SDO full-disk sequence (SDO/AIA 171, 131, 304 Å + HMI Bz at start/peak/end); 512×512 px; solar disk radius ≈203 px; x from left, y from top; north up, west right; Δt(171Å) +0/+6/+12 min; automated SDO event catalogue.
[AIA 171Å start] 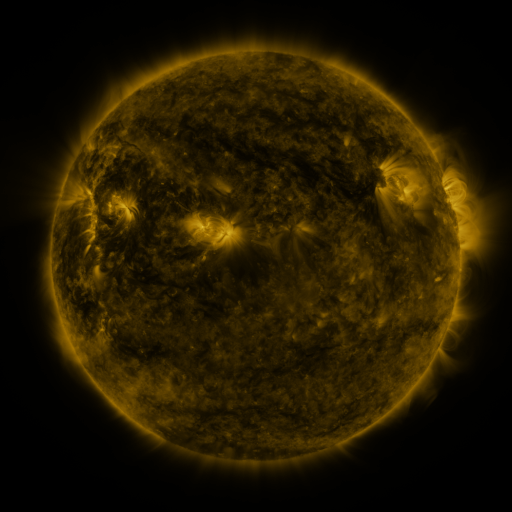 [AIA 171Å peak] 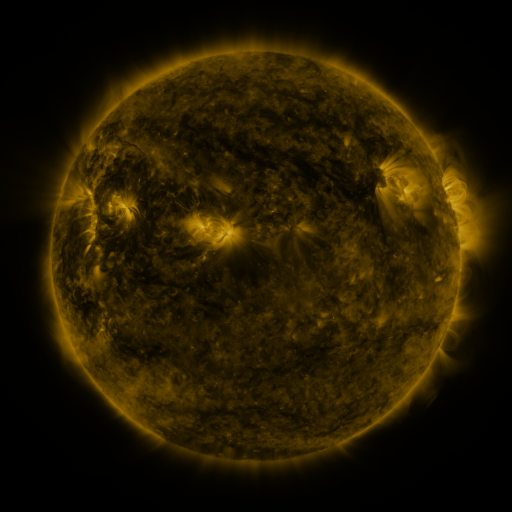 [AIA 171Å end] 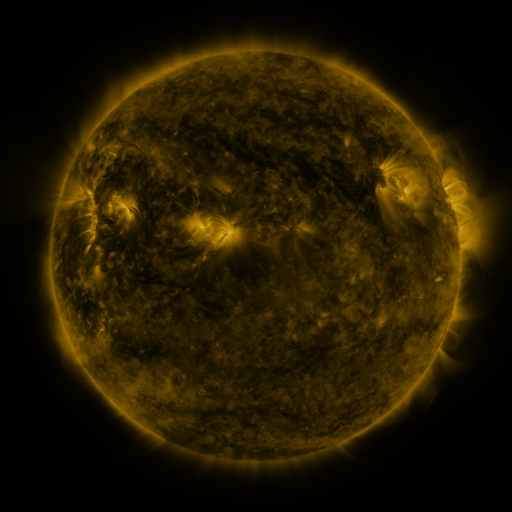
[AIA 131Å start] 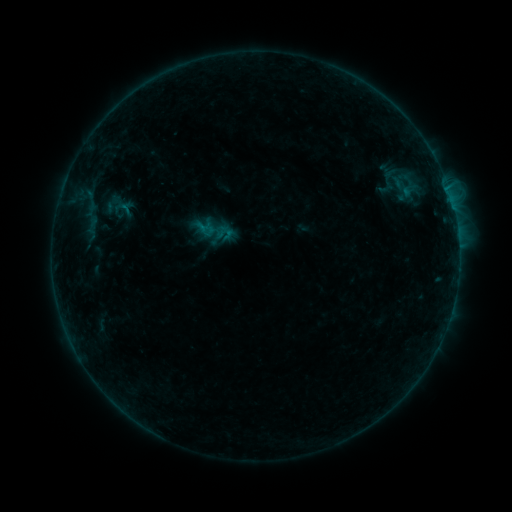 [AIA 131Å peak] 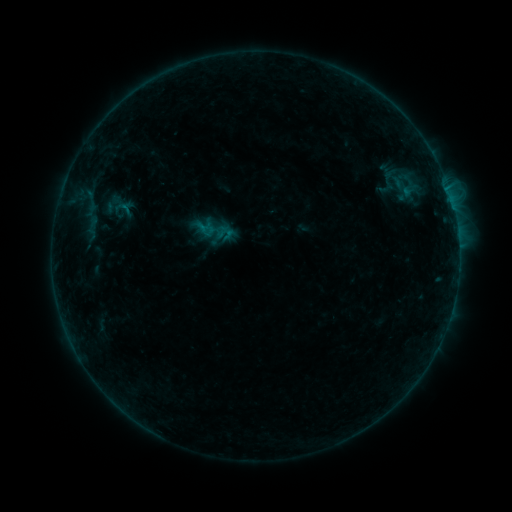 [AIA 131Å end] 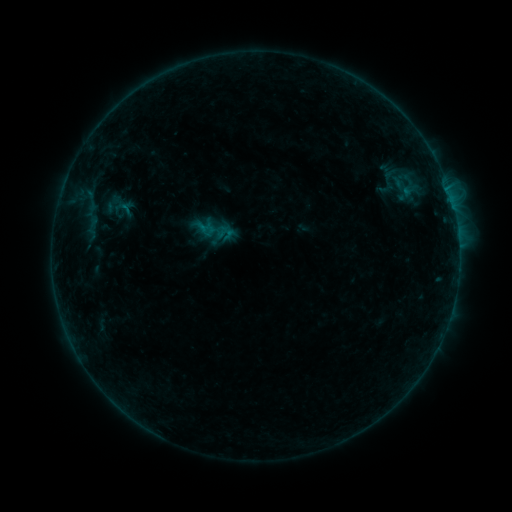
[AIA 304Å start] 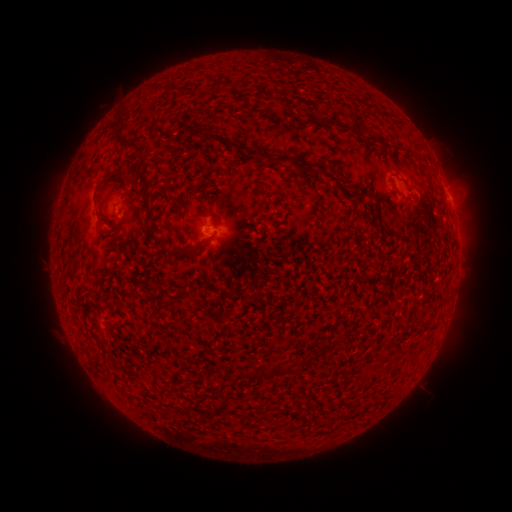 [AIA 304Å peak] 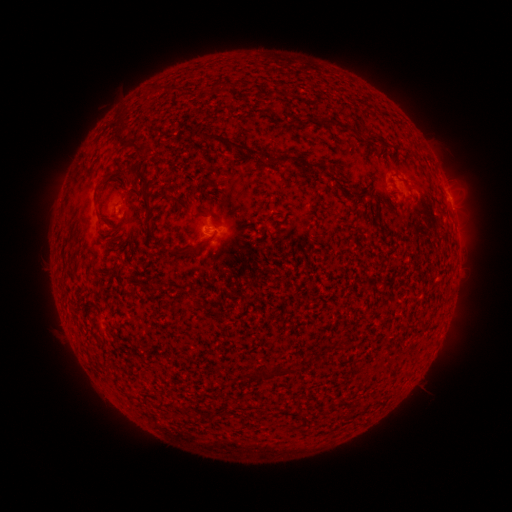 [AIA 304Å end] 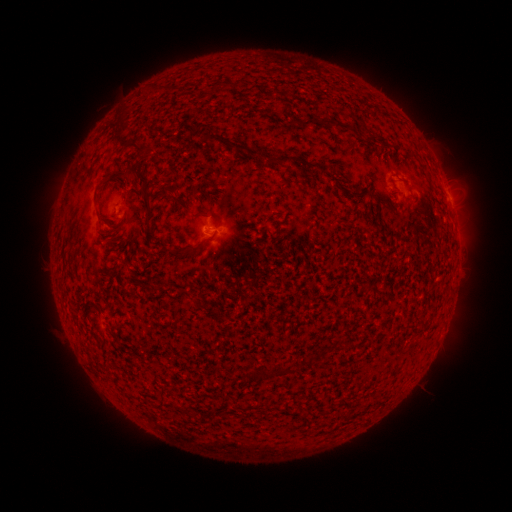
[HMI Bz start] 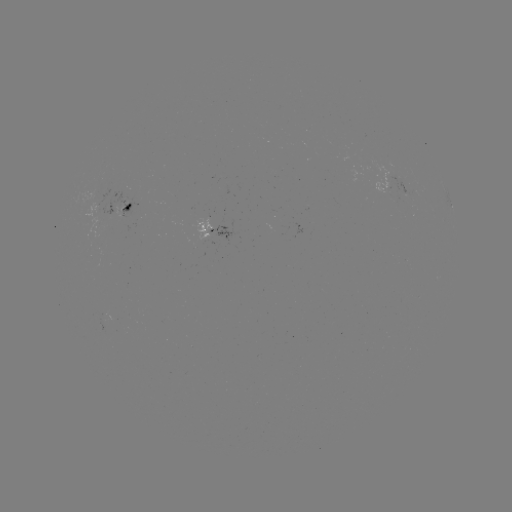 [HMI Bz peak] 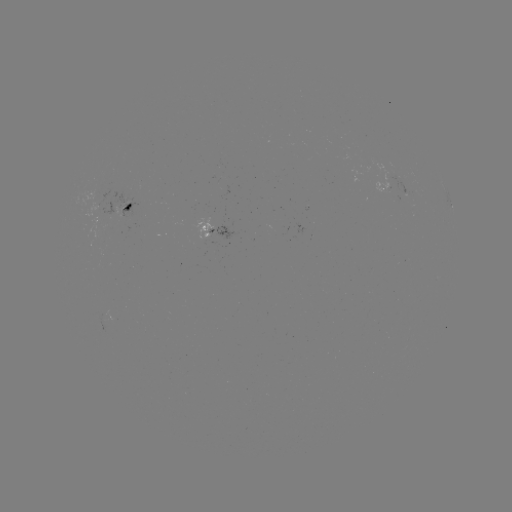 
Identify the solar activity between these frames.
no flare in any classed list; no EUV-trigger detection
